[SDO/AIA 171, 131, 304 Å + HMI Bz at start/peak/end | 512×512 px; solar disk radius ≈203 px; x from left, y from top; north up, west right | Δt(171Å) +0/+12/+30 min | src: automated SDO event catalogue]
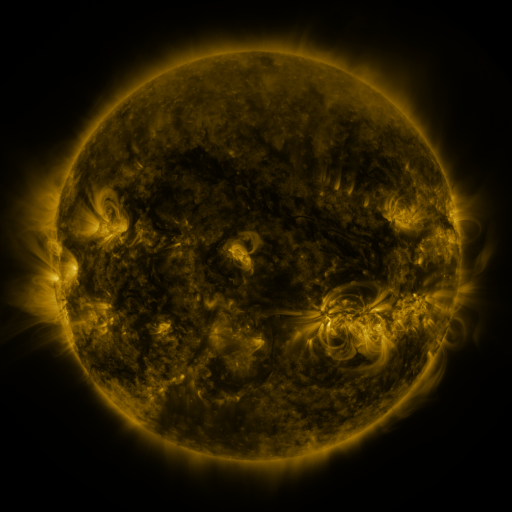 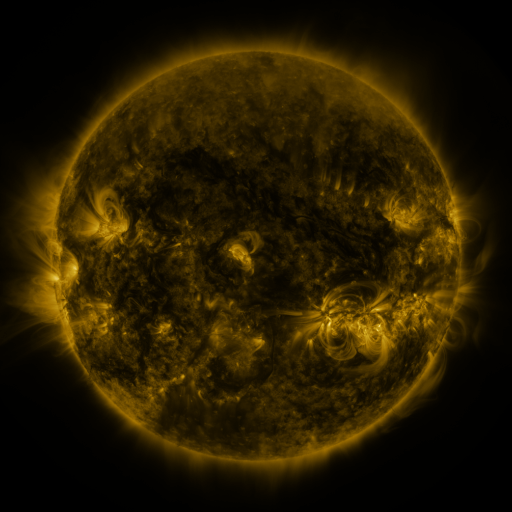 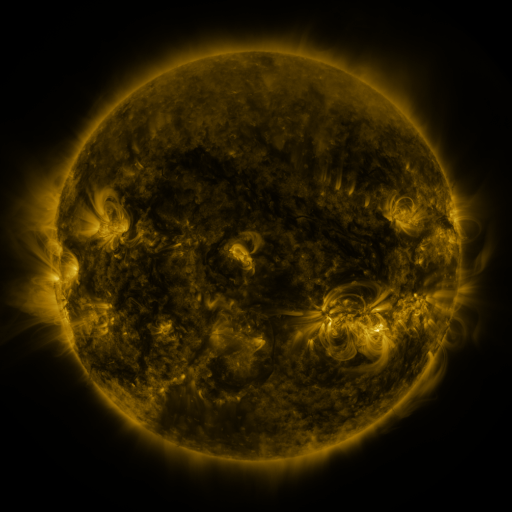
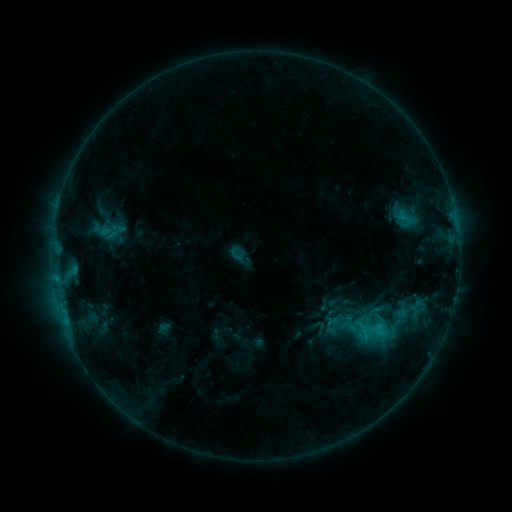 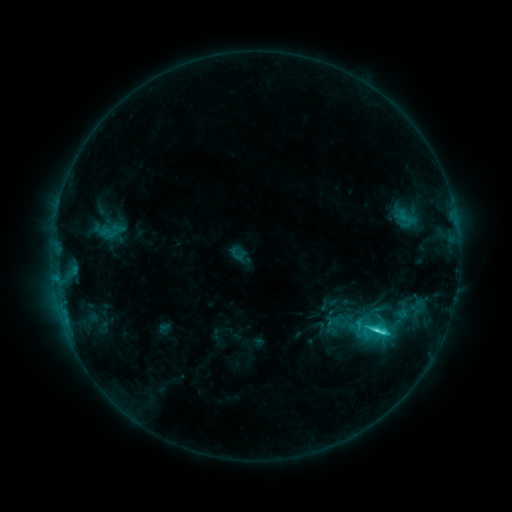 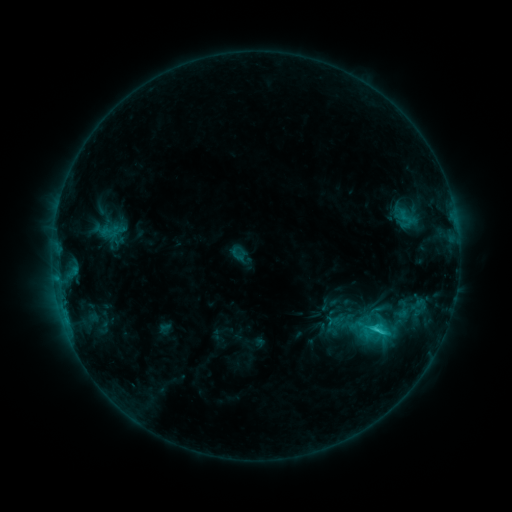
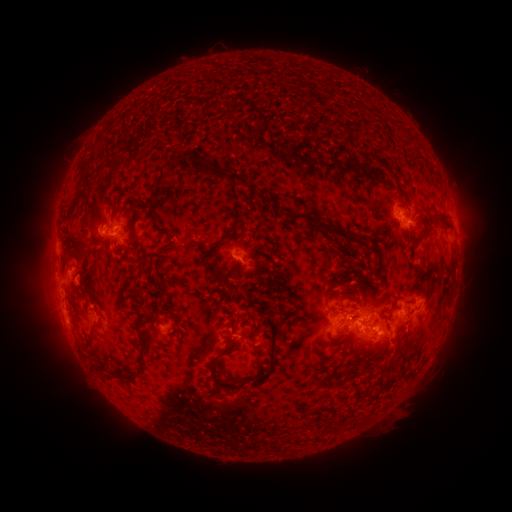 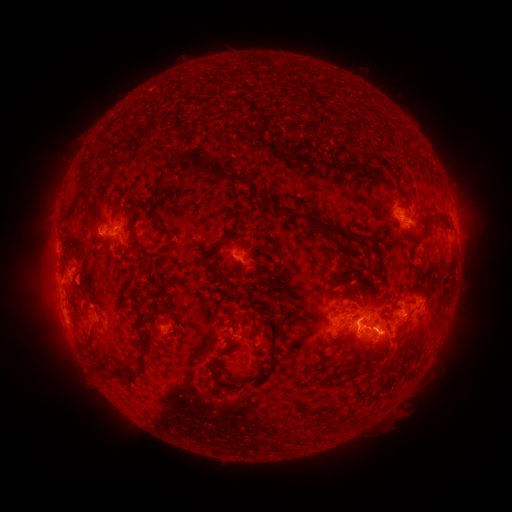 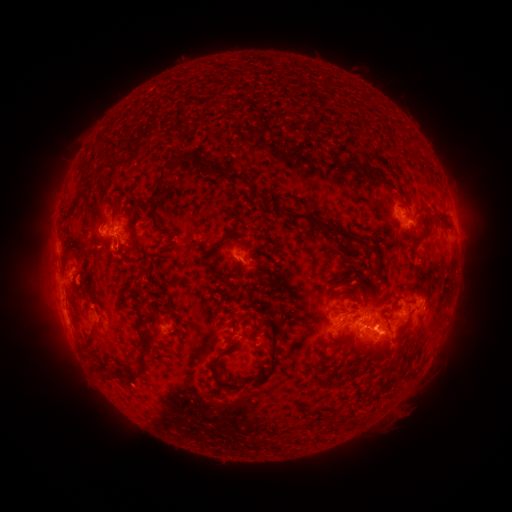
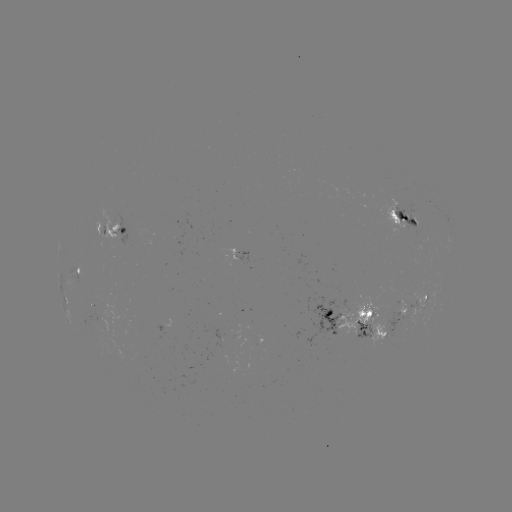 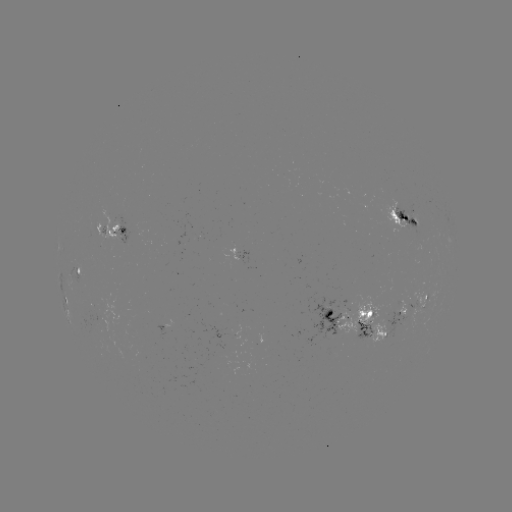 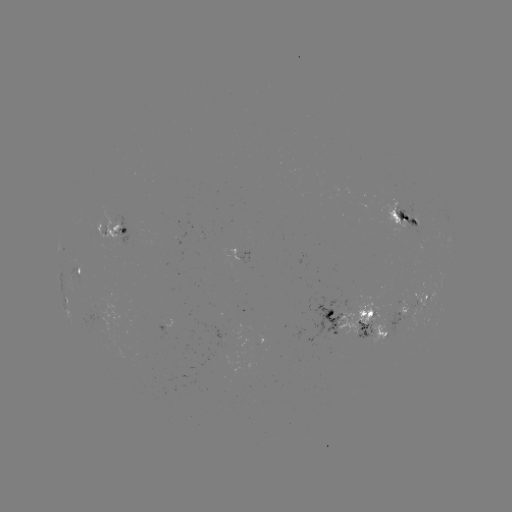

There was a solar flare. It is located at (373, 333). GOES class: C4.0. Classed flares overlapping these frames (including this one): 1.